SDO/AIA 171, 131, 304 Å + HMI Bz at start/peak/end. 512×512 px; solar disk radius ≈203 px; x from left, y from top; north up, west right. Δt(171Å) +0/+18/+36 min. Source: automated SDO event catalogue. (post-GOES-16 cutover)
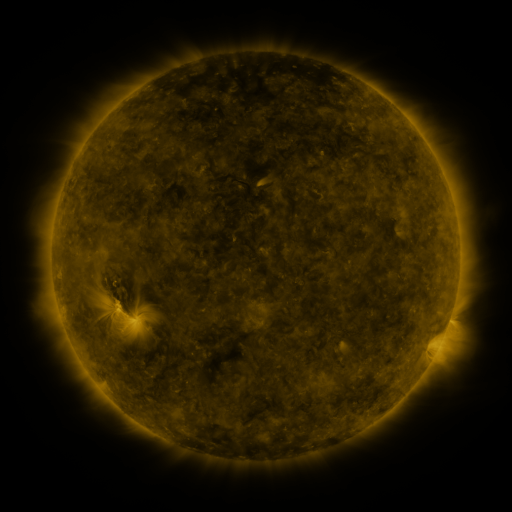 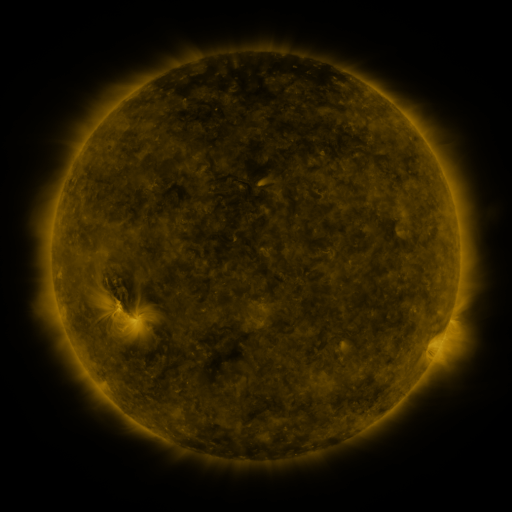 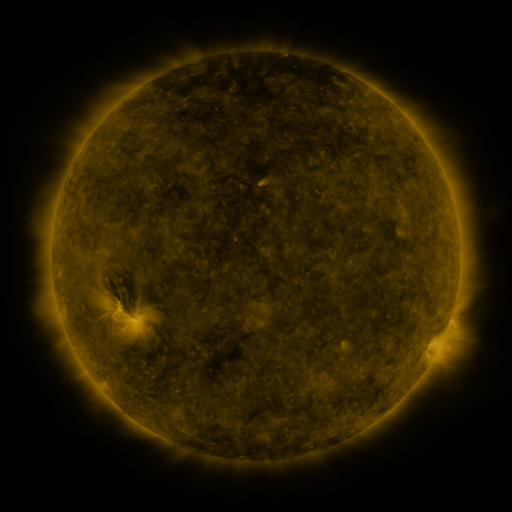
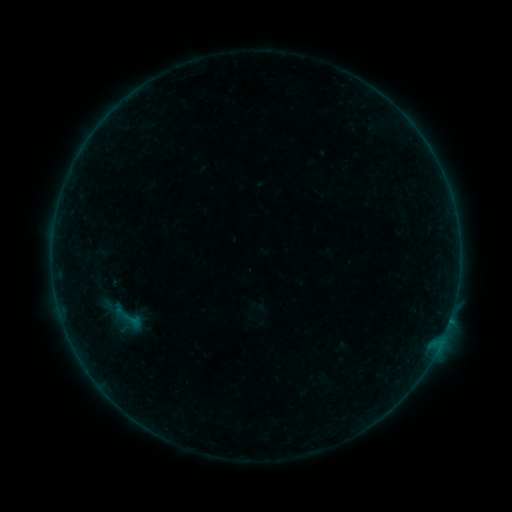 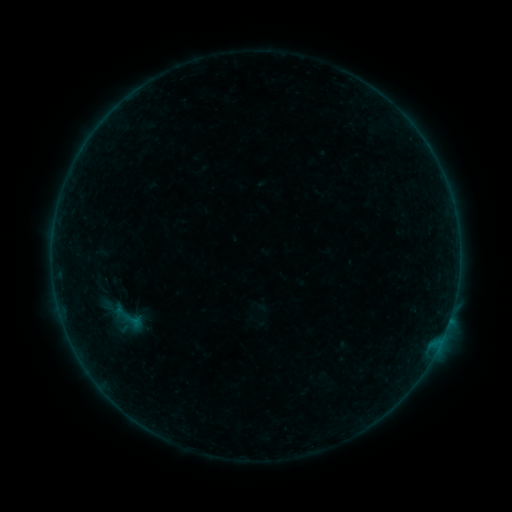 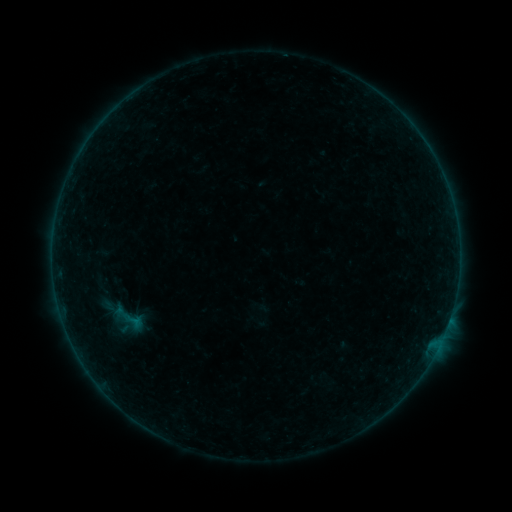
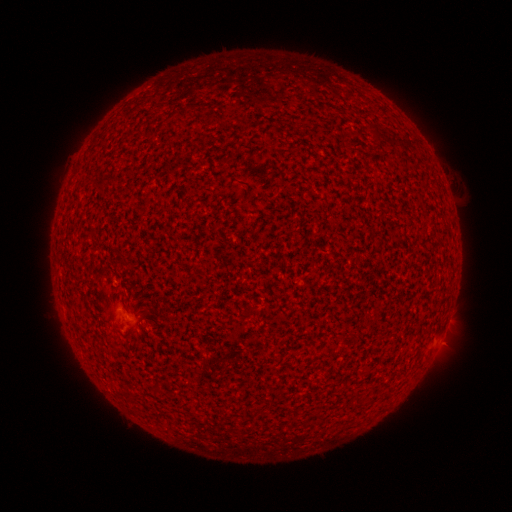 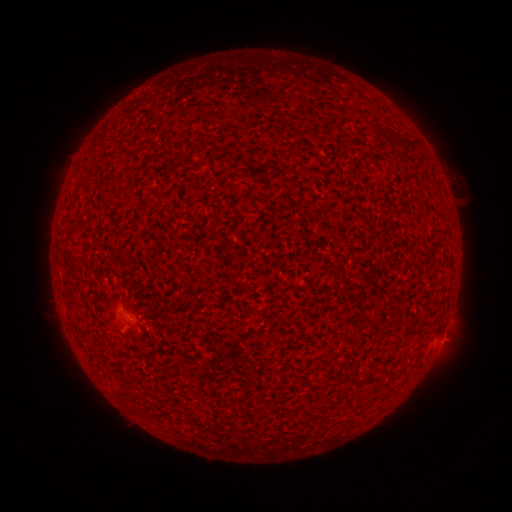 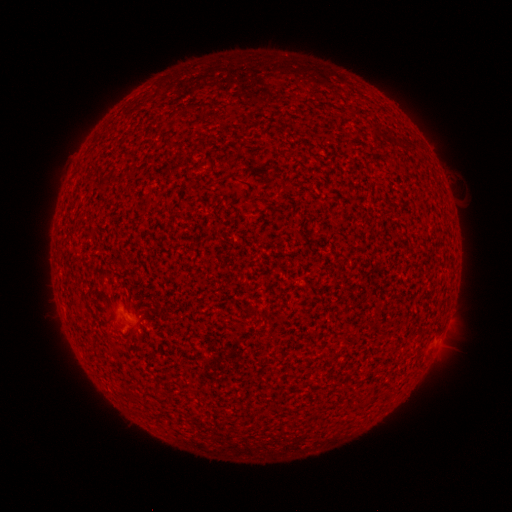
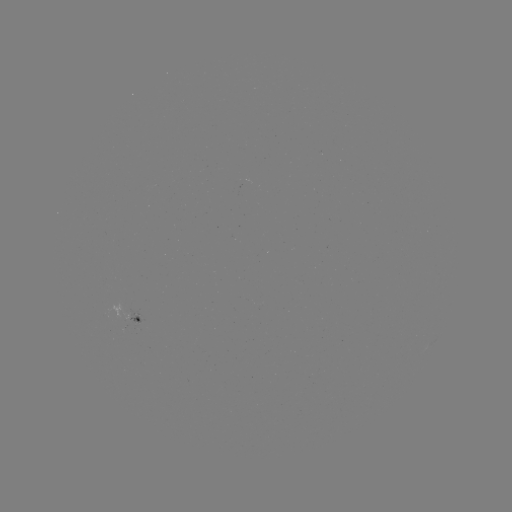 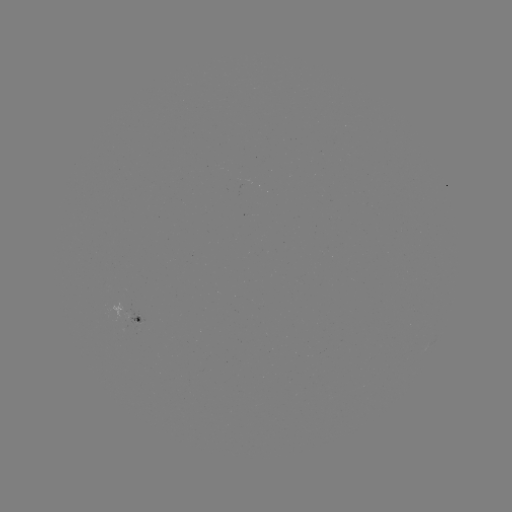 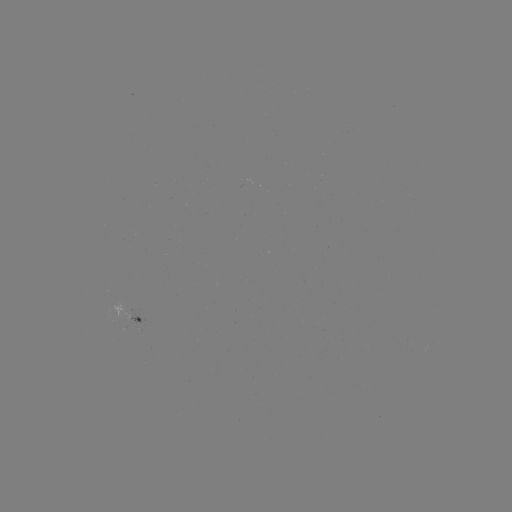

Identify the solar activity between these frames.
A5.0 flare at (442, 335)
